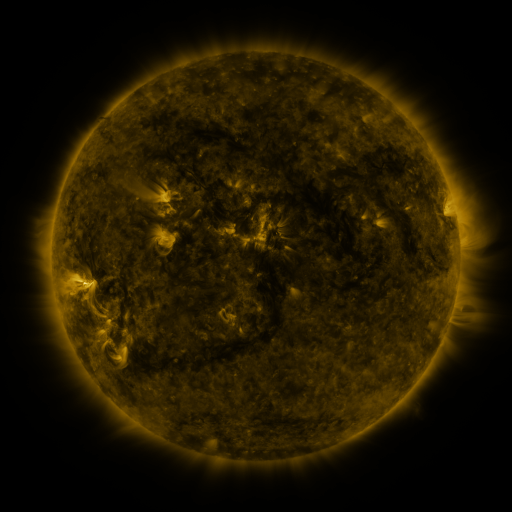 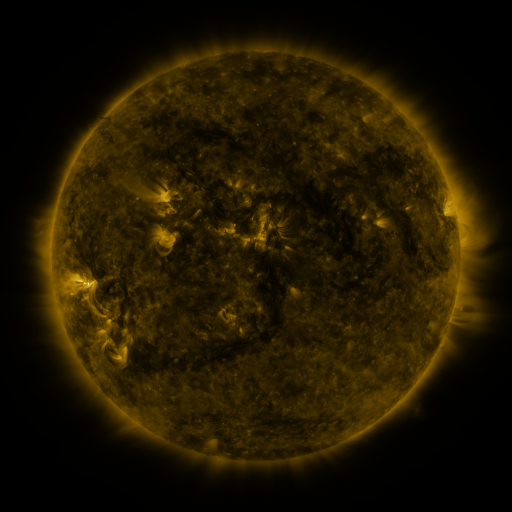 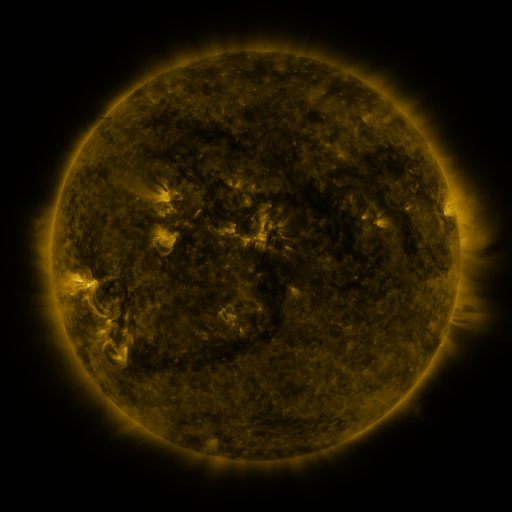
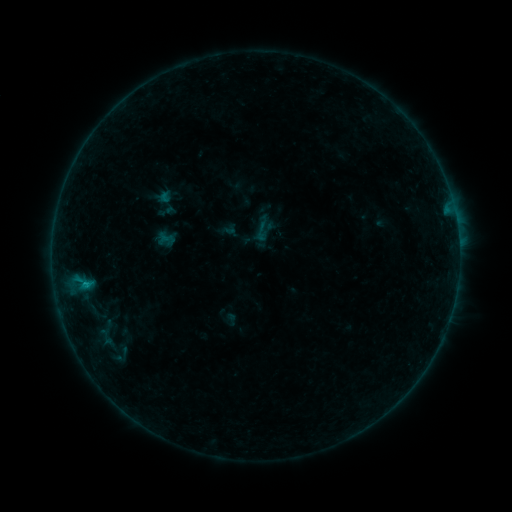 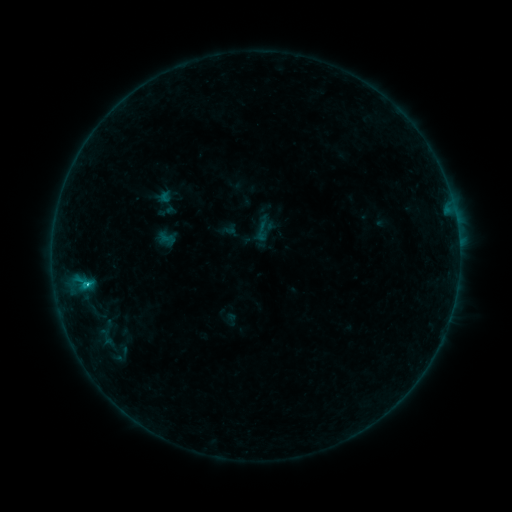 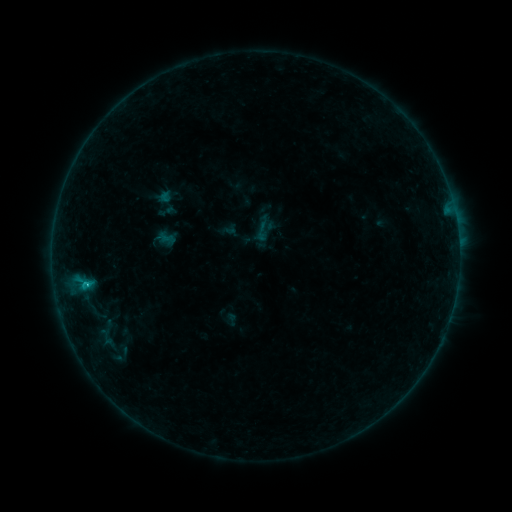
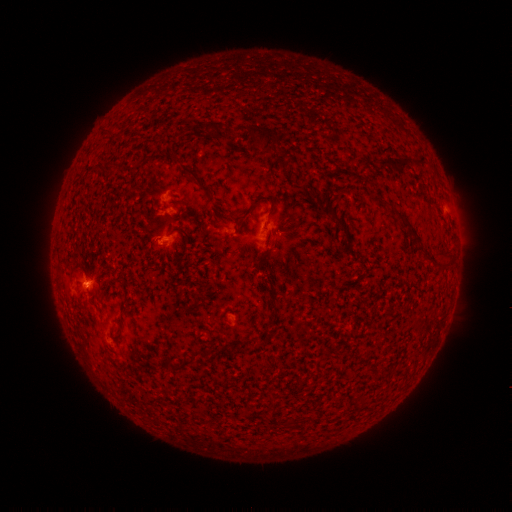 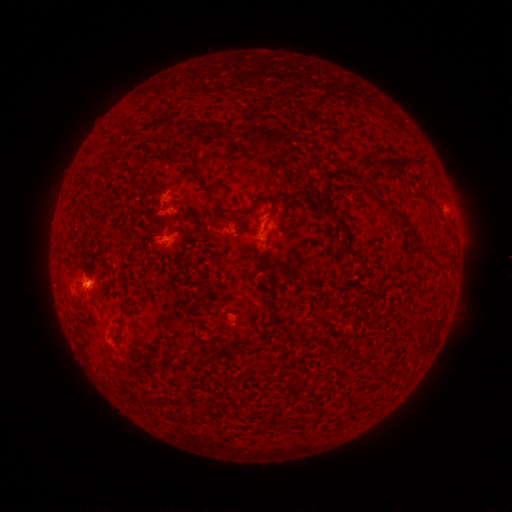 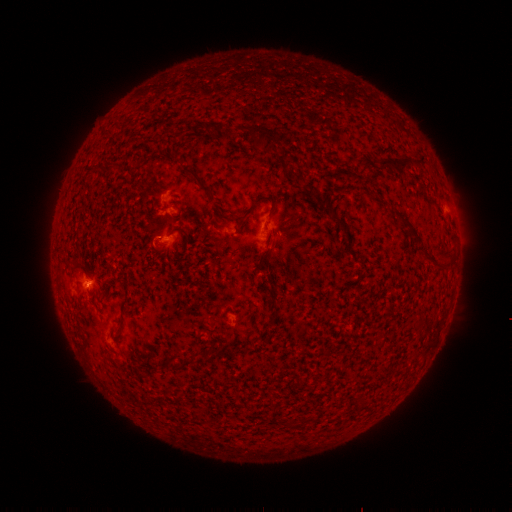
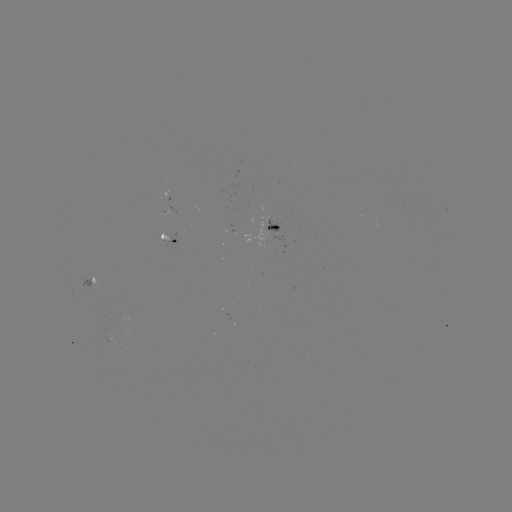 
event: flare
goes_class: B7.5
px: (88, 282)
